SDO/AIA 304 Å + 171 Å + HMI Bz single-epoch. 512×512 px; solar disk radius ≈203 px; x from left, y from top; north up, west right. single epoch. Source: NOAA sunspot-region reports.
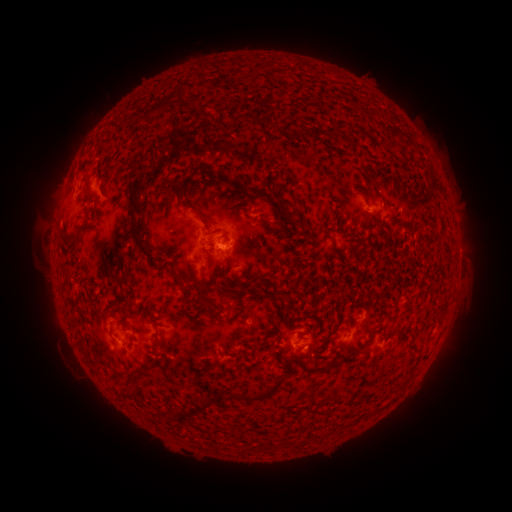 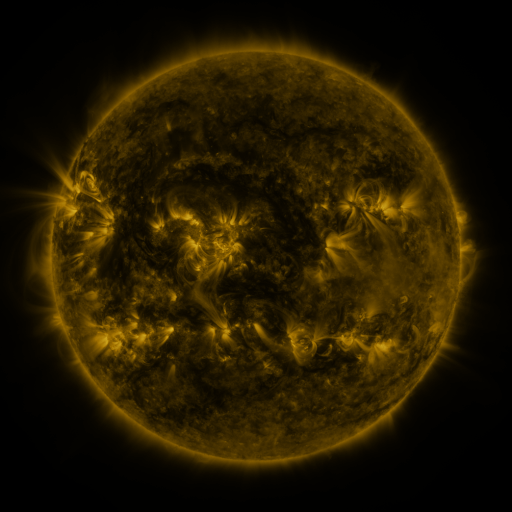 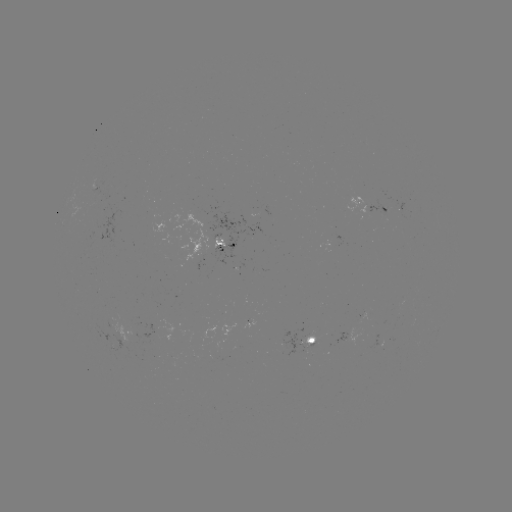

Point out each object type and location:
spotted active region: (374, 208)
spotted active region: (220, 251)
spotted active region: (129, 339)
spotted active region: (315, 340)
